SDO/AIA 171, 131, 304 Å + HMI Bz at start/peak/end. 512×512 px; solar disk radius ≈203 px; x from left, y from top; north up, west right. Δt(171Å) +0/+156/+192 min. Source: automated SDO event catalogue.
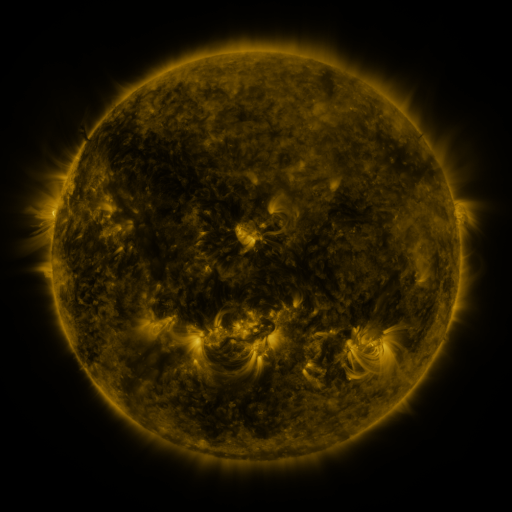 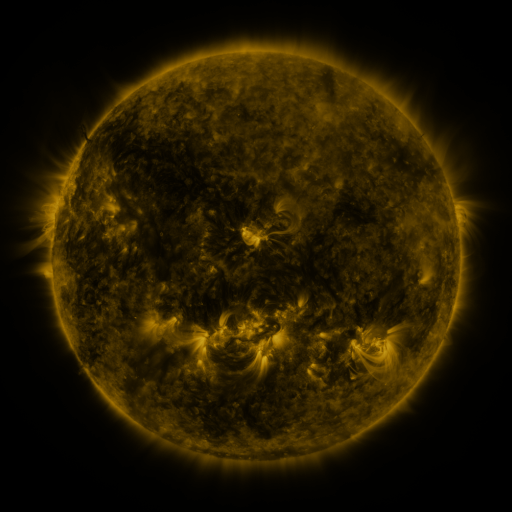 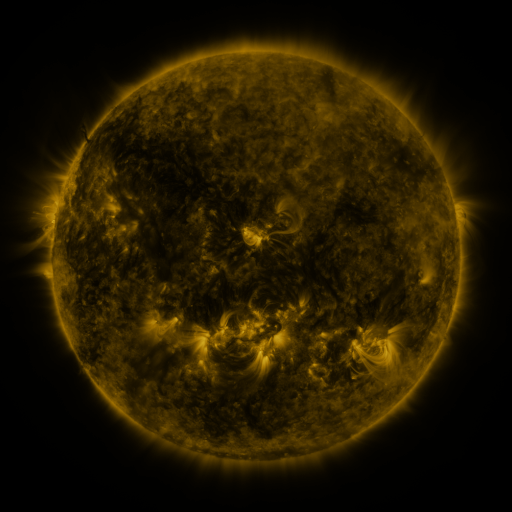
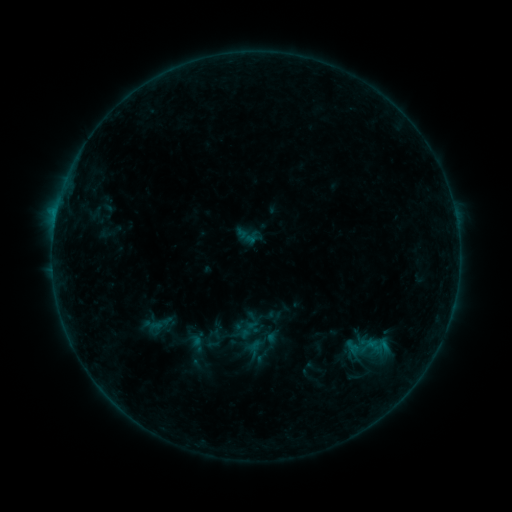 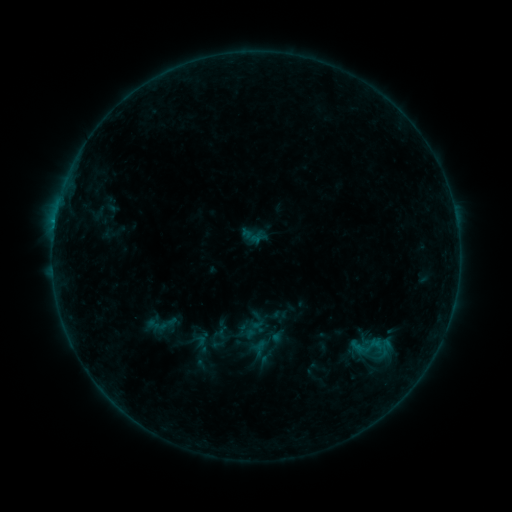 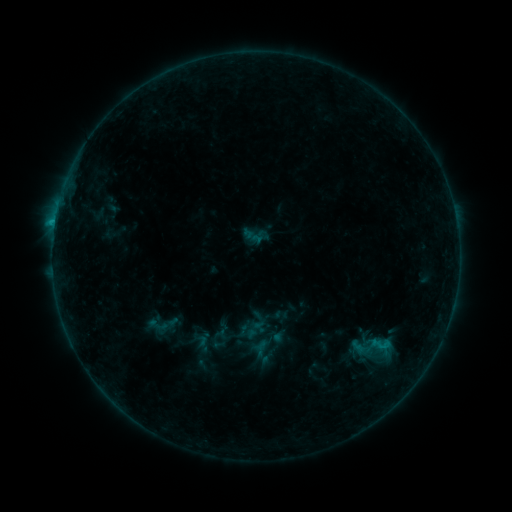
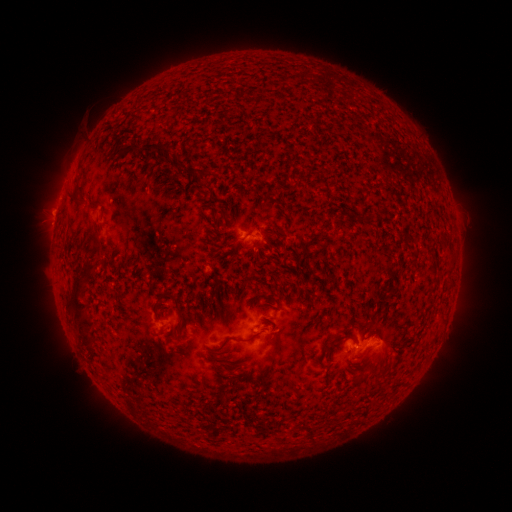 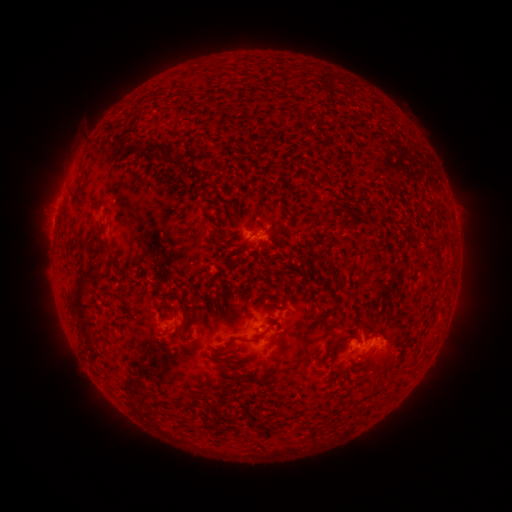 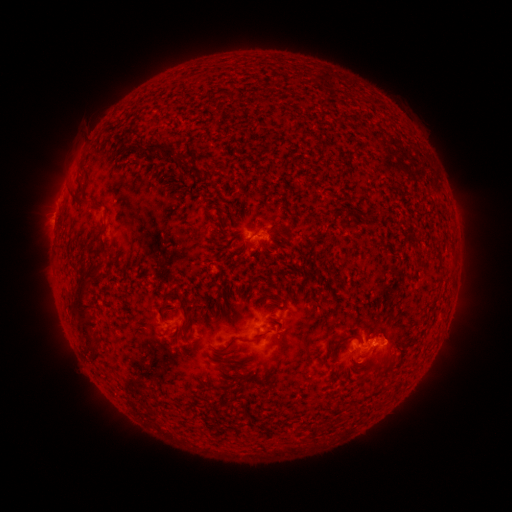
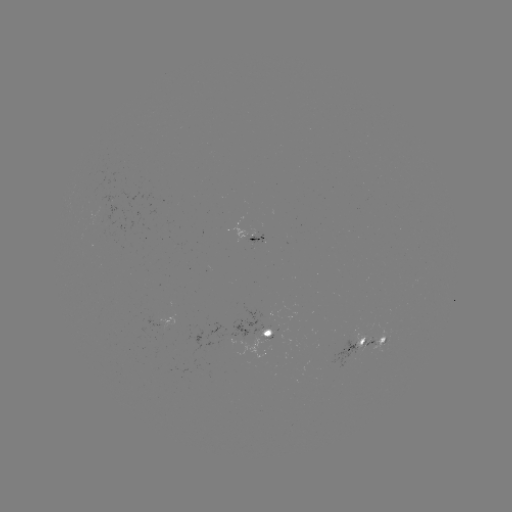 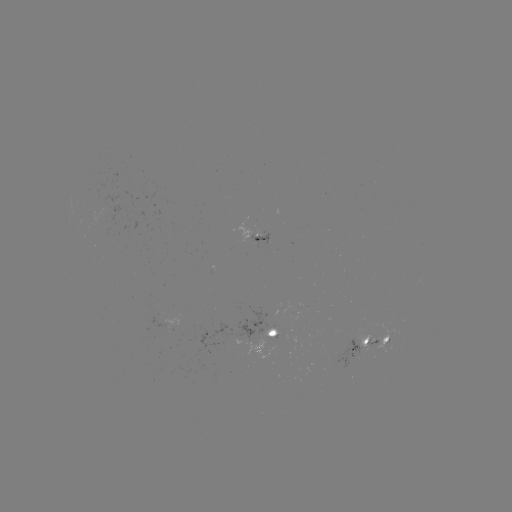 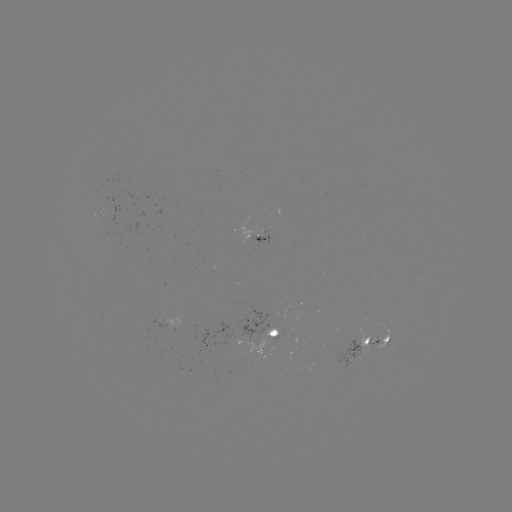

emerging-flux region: [147, 268, 153, 281]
